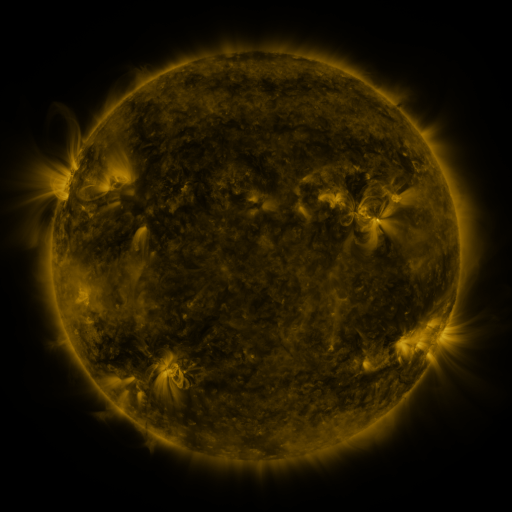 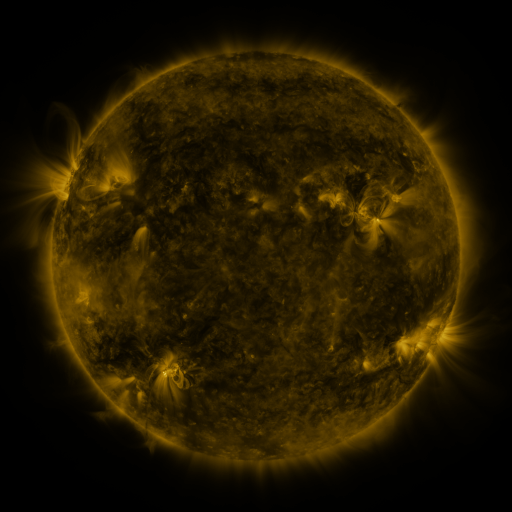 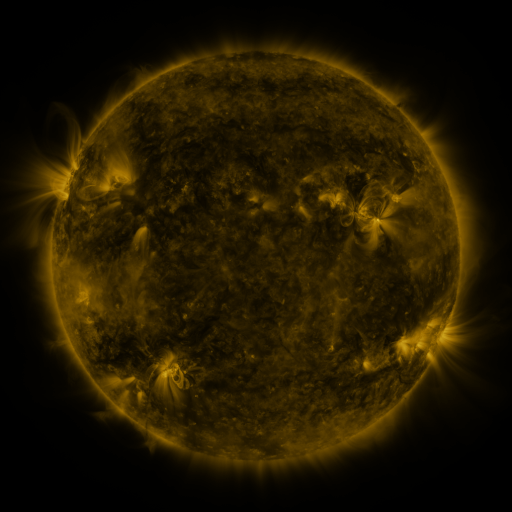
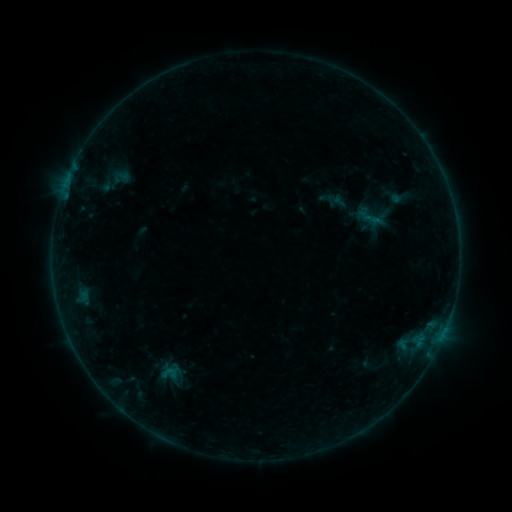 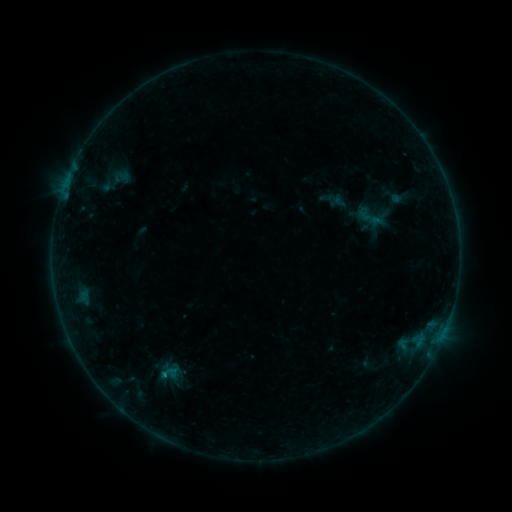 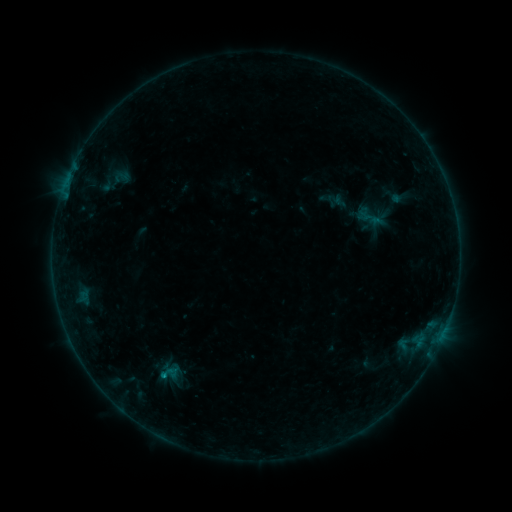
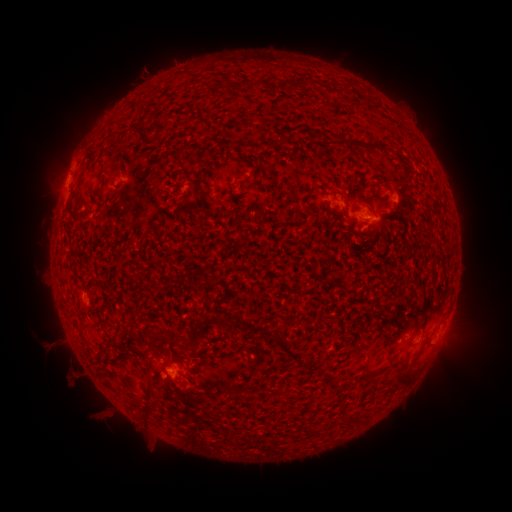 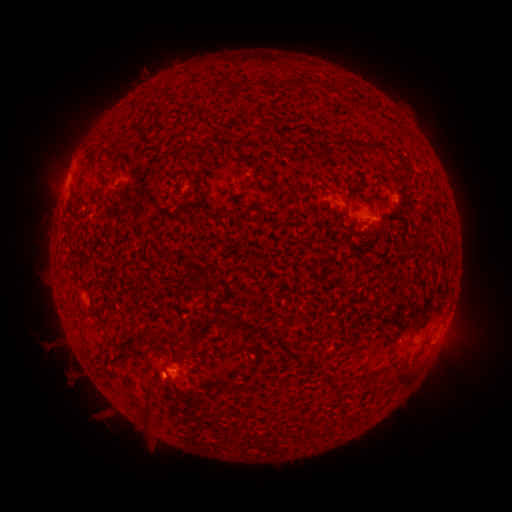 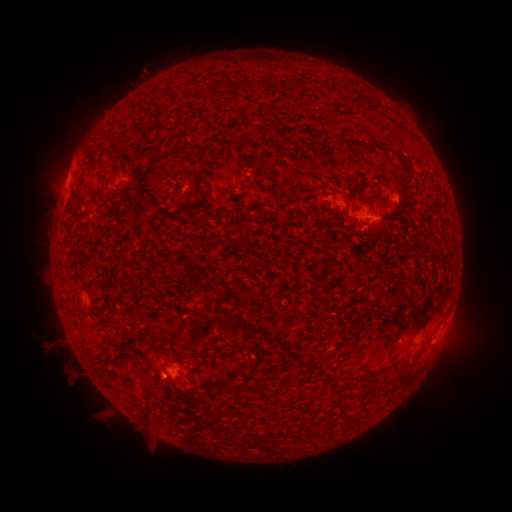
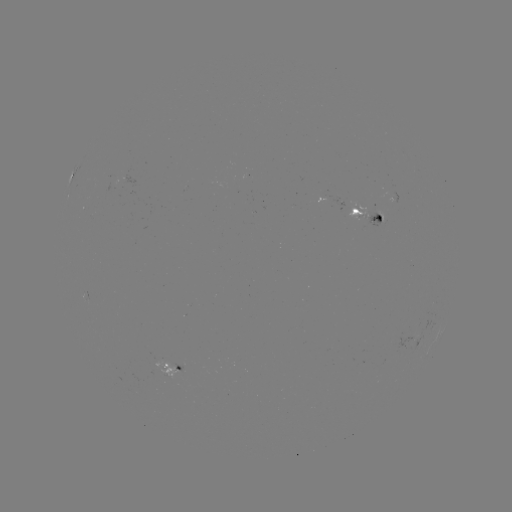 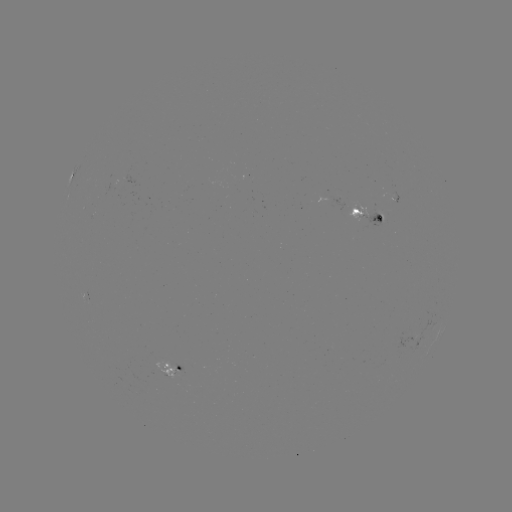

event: flare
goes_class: B3.6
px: (165, 373)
